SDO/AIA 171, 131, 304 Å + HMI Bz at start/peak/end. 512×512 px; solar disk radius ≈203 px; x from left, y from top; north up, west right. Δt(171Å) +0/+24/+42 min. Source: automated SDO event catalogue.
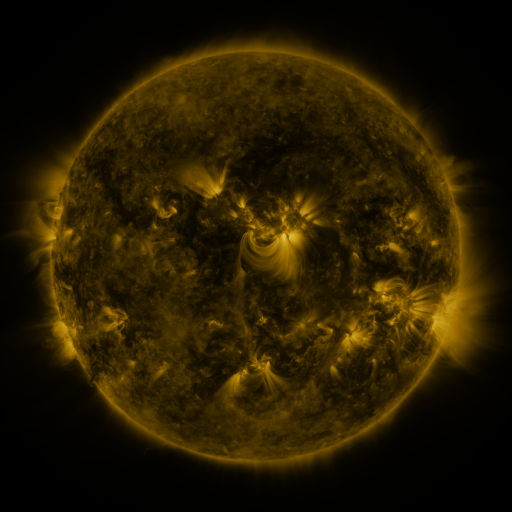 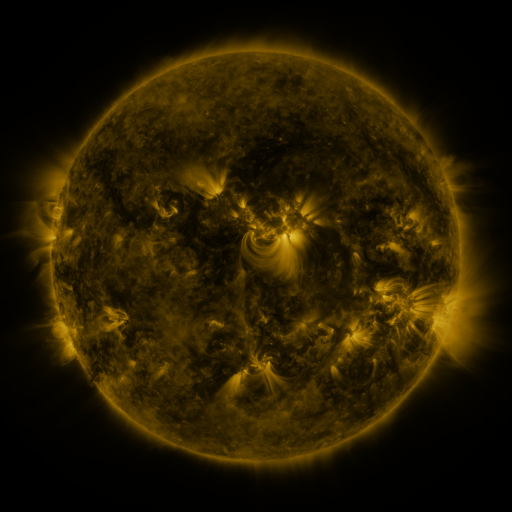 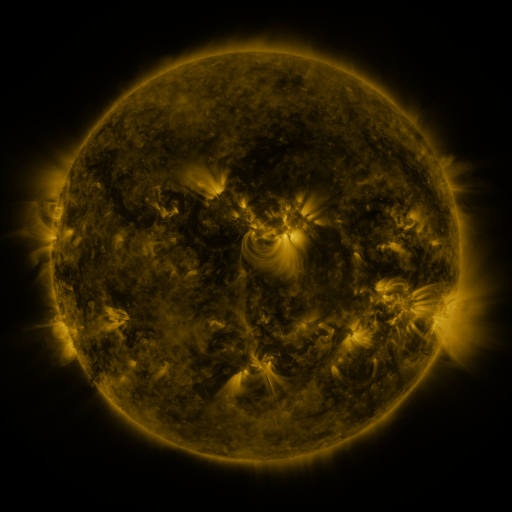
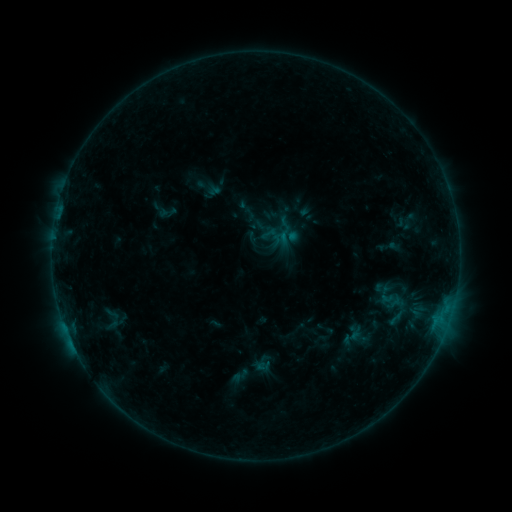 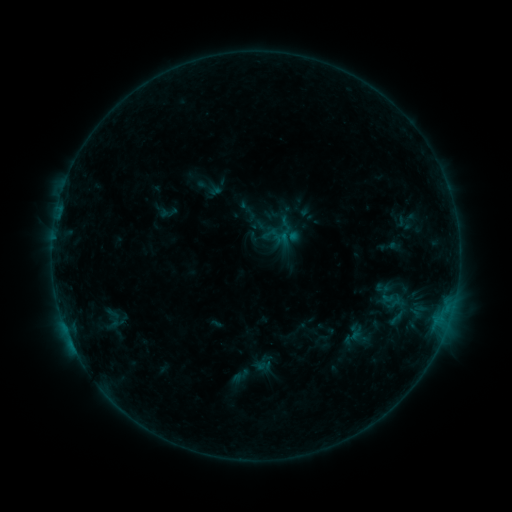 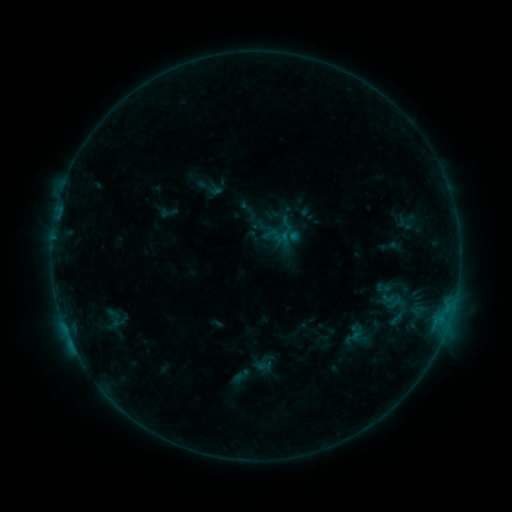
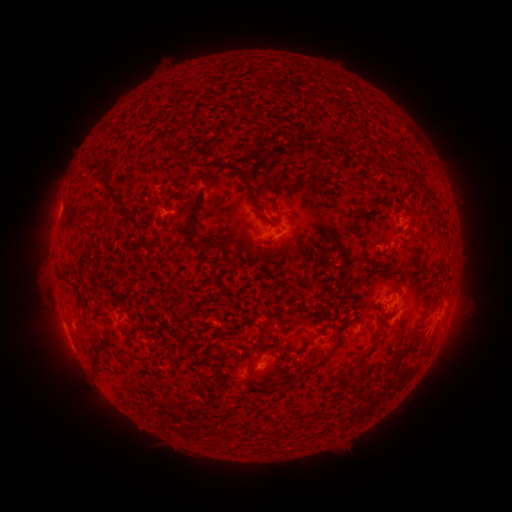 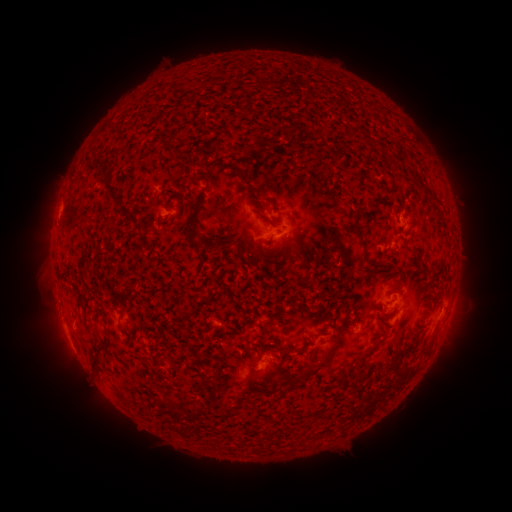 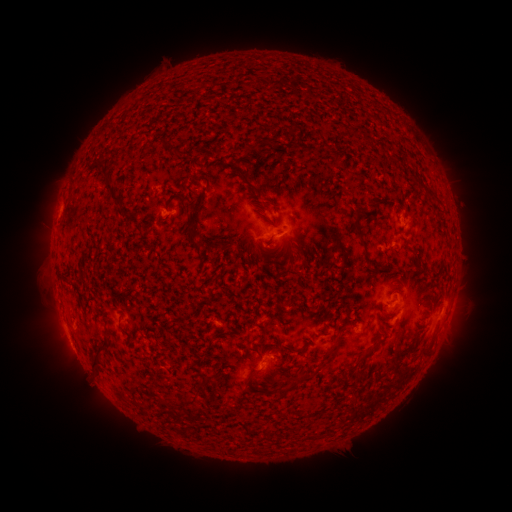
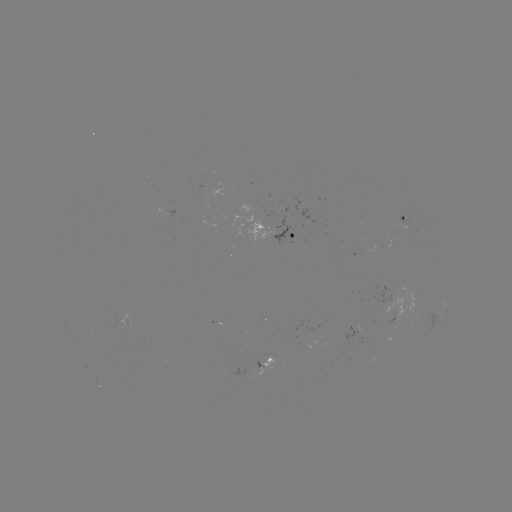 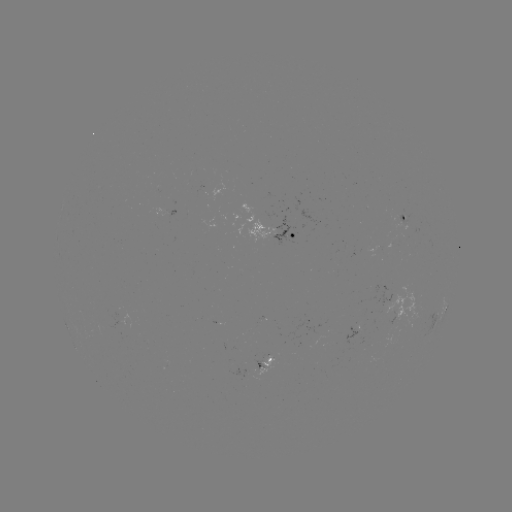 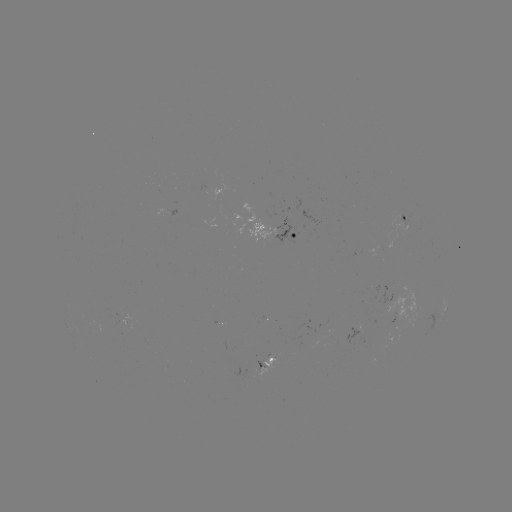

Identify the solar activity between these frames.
no catalogued flare and no flagged EUV brightening in this window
